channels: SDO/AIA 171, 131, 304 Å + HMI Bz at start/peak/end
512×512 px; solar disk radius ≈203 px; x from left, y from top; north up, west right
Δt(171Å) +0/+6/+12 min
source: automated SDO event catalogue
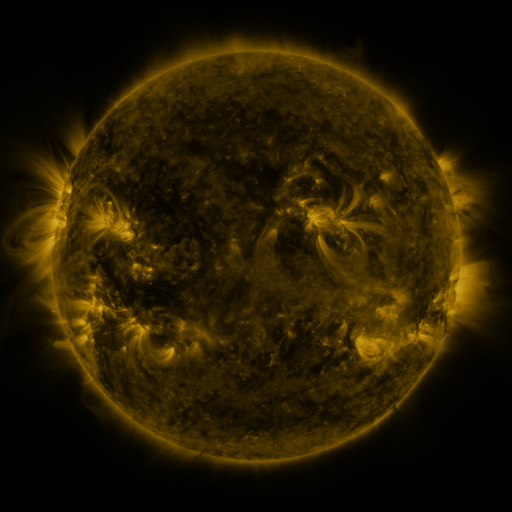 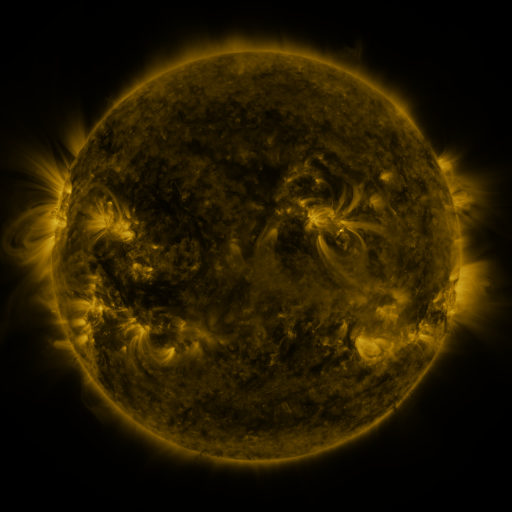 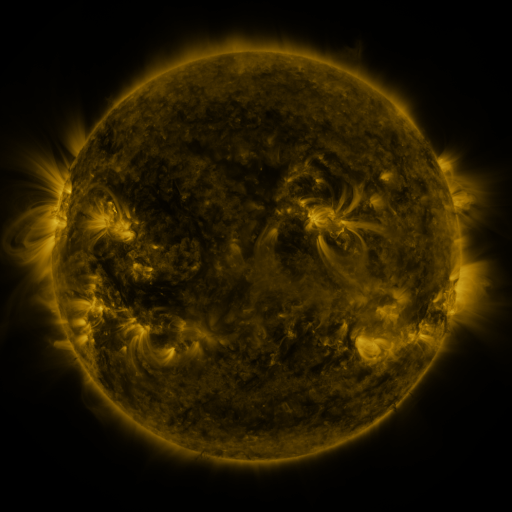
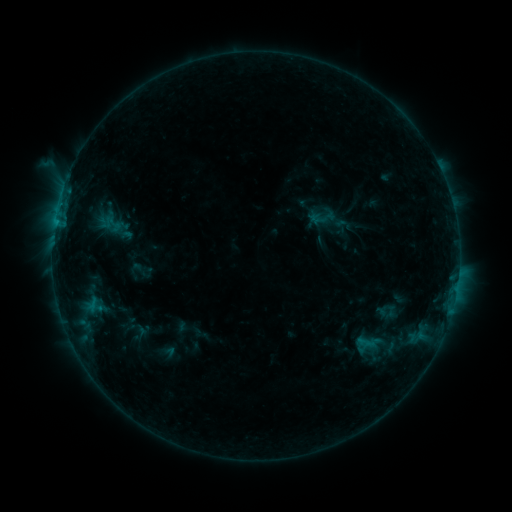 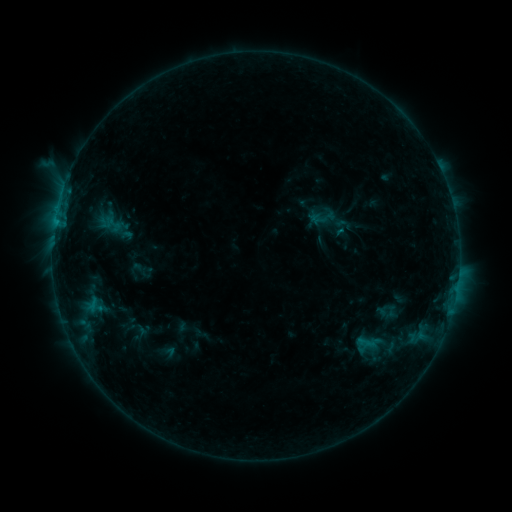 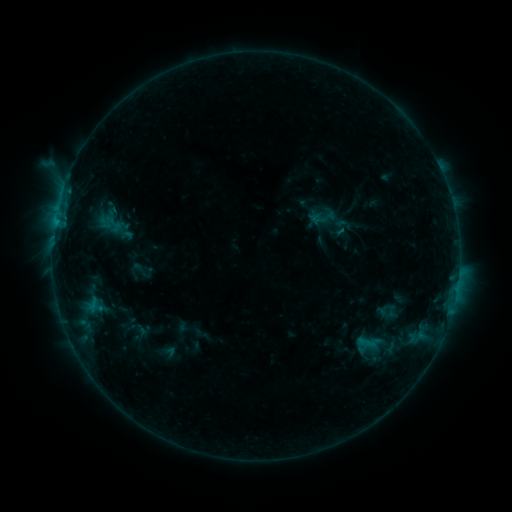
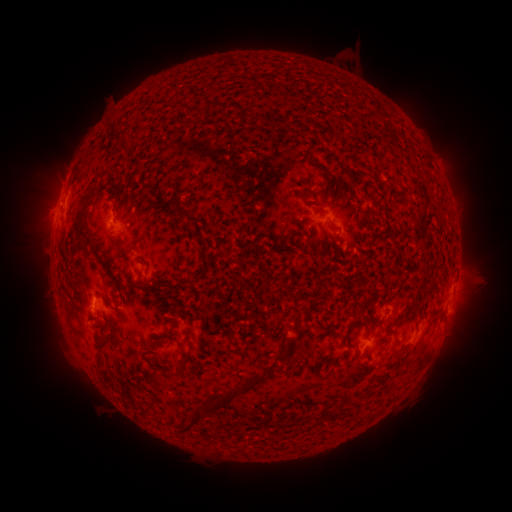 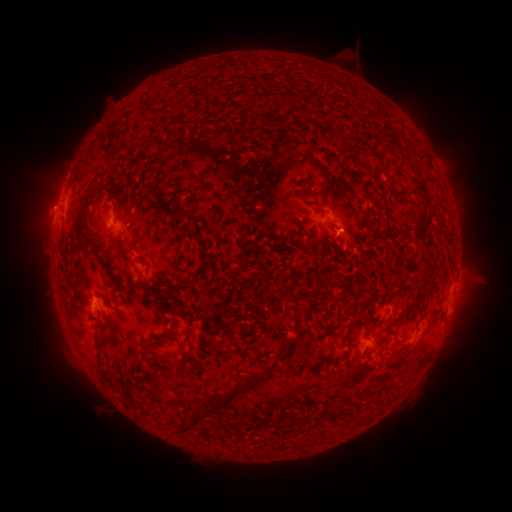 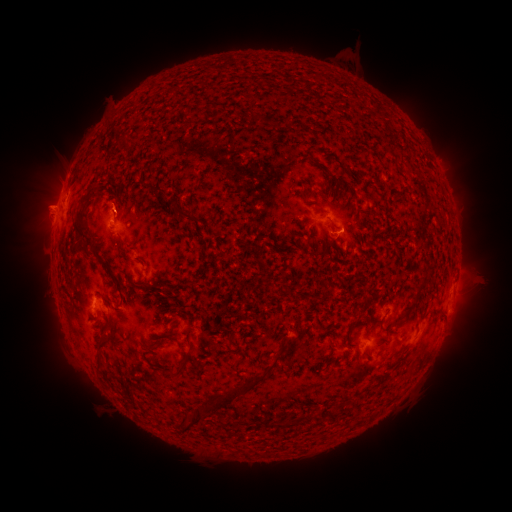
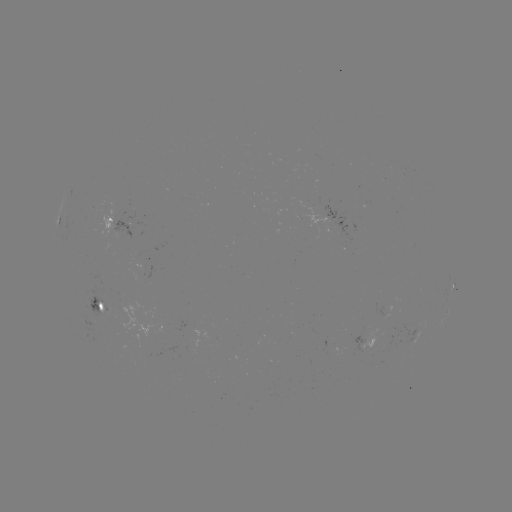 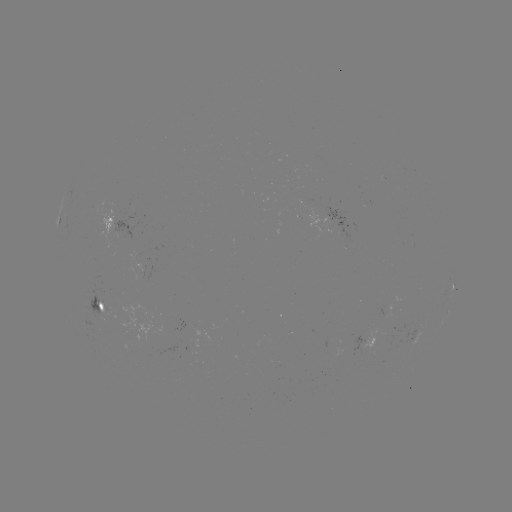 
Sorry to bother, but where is eruption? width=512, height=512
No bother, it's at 41,205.